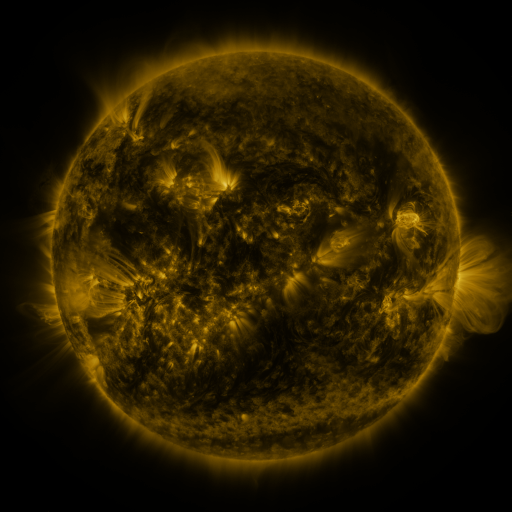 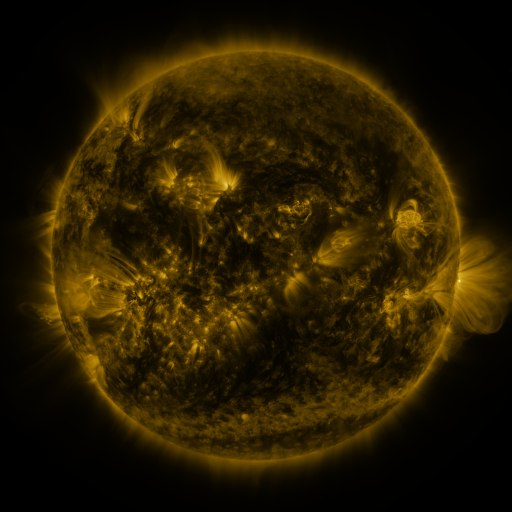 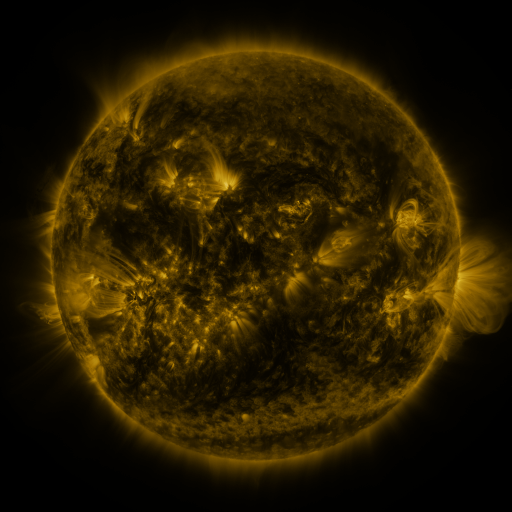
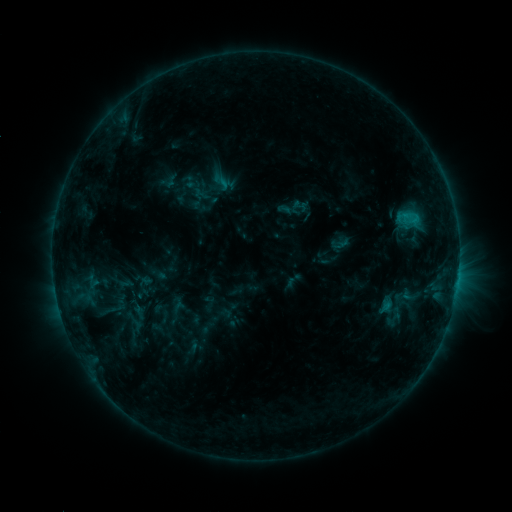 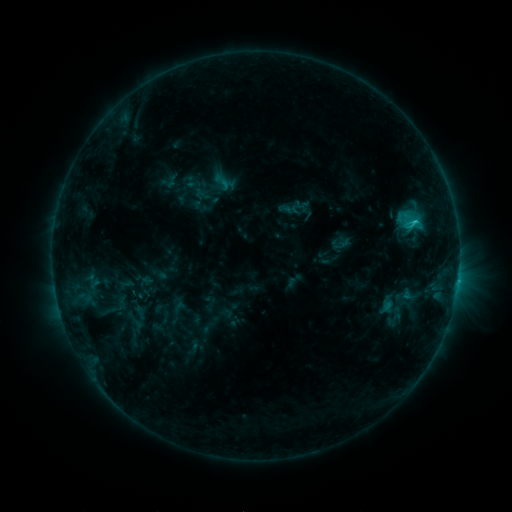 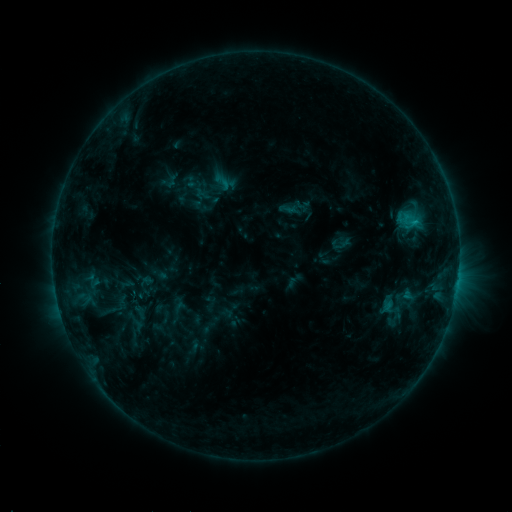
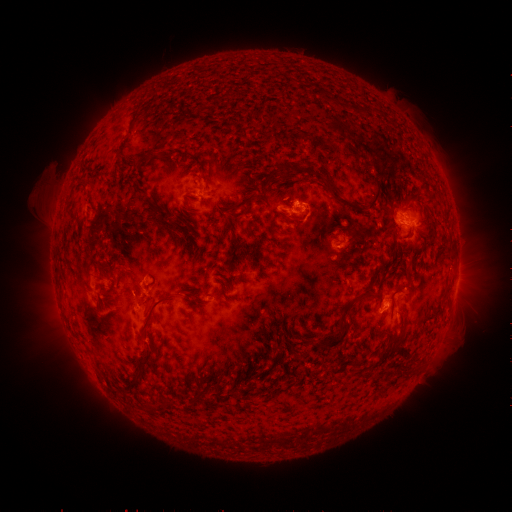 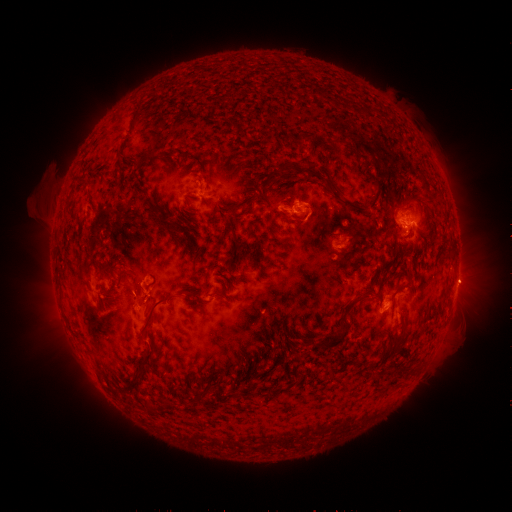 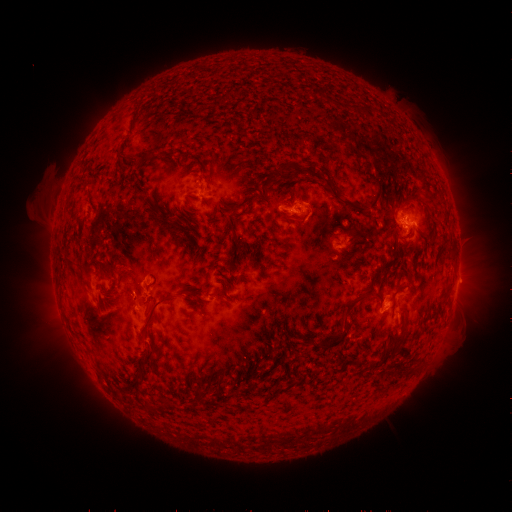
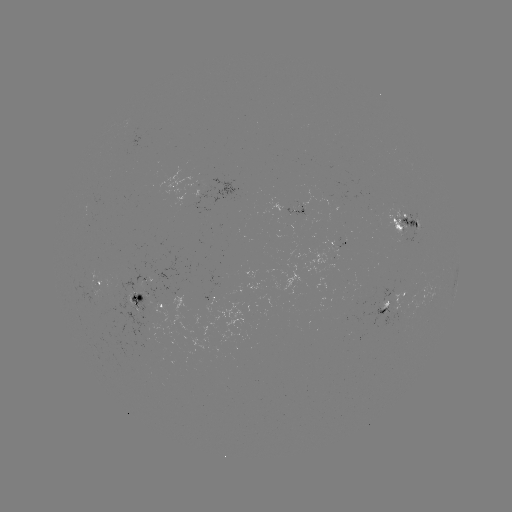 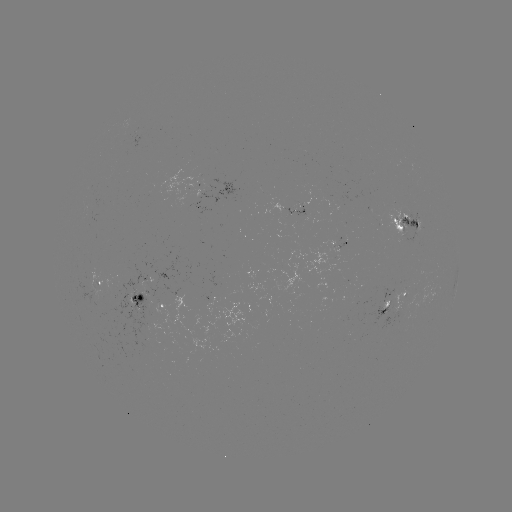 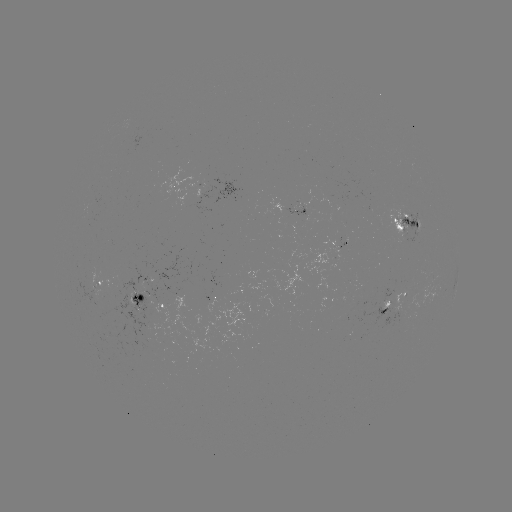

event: flare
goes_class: C1.5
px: (413, 225)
